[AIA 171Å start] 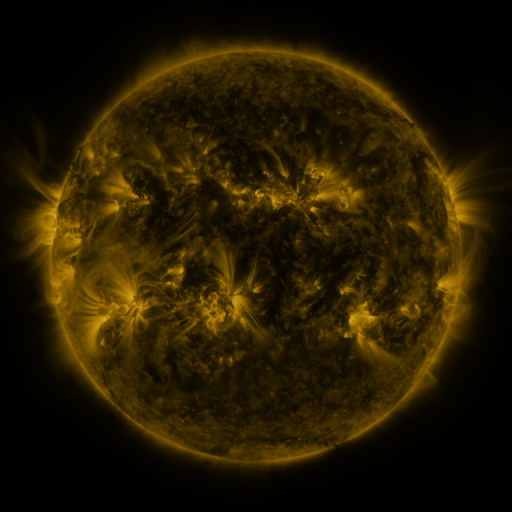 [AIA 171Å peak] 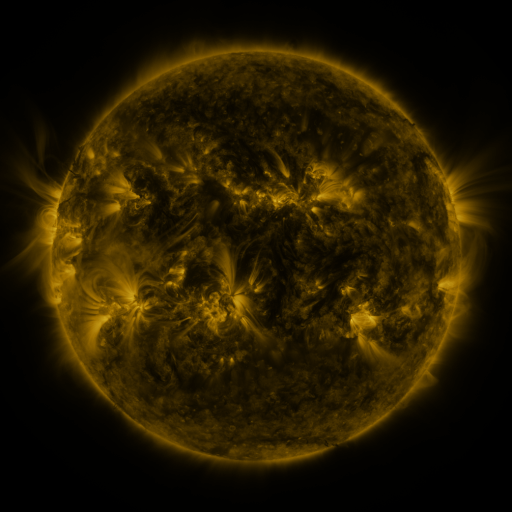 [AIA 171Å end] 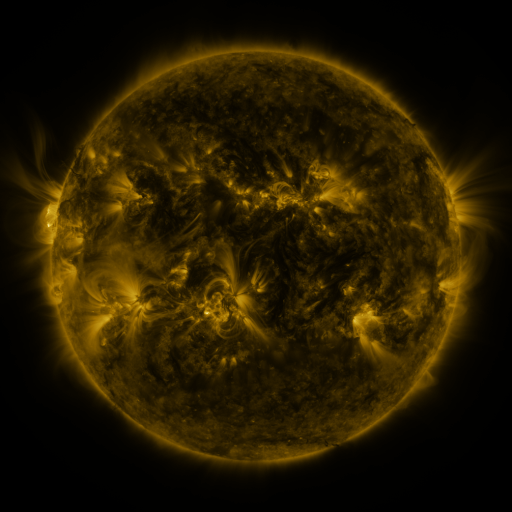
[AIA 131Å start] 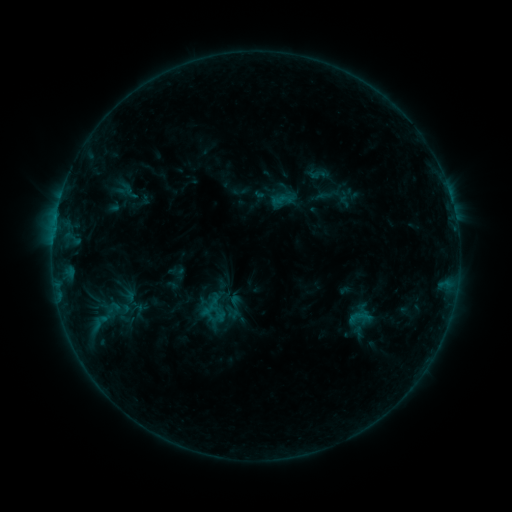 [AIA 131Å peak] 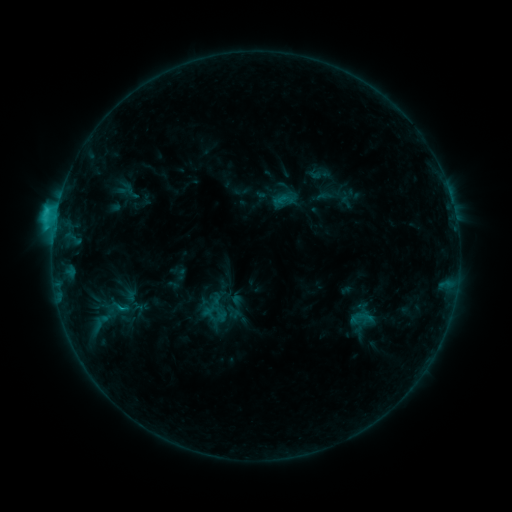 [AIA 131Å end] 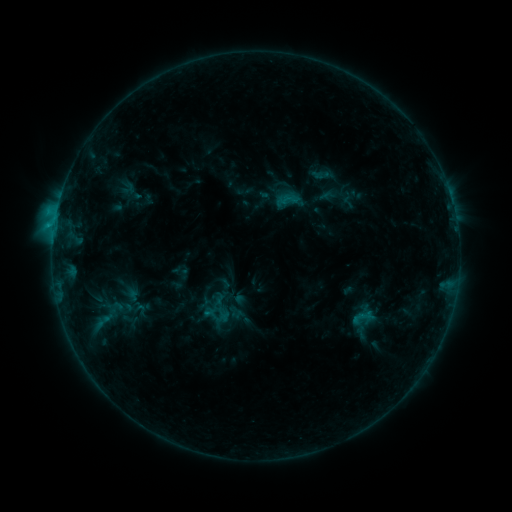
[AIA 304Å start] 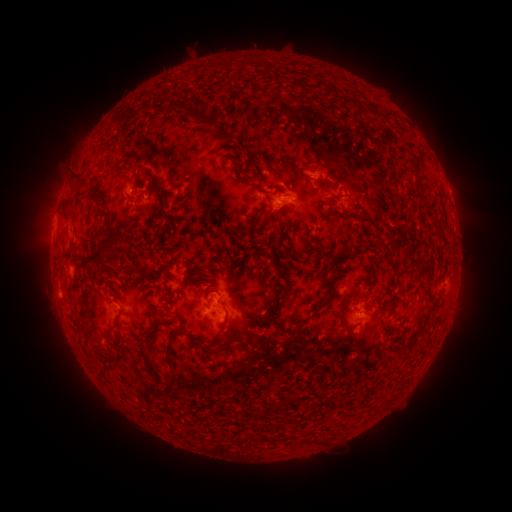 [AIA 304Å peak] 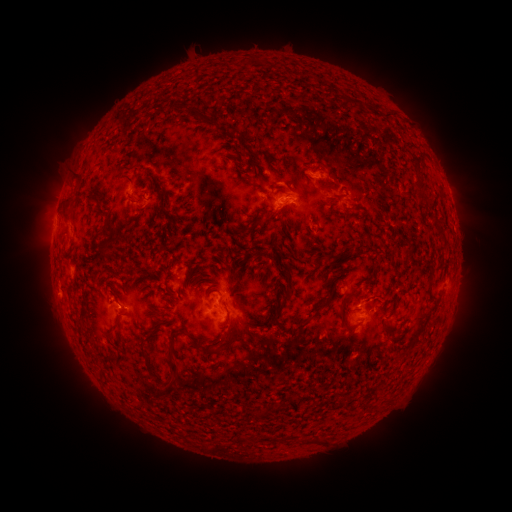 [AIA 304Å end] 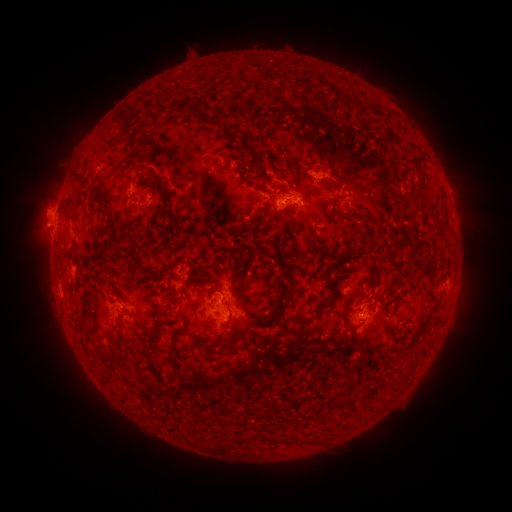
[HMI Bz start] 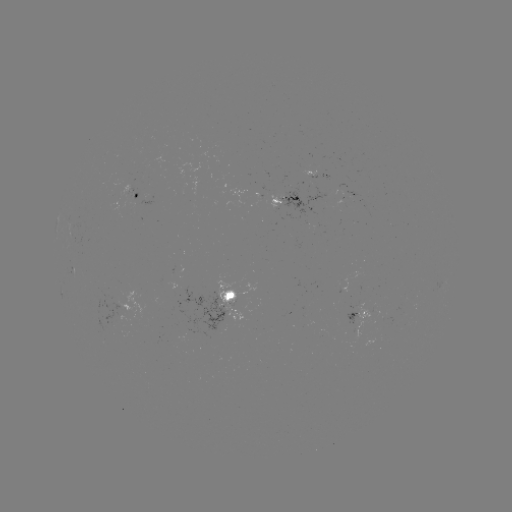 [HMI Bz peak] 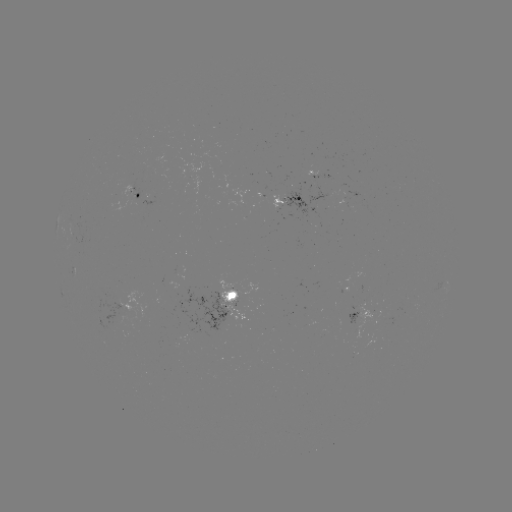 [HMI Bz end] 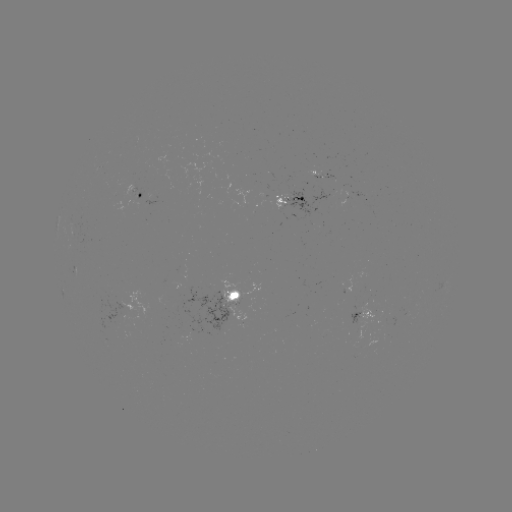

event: flare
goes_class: C2.1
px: (56, 216)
